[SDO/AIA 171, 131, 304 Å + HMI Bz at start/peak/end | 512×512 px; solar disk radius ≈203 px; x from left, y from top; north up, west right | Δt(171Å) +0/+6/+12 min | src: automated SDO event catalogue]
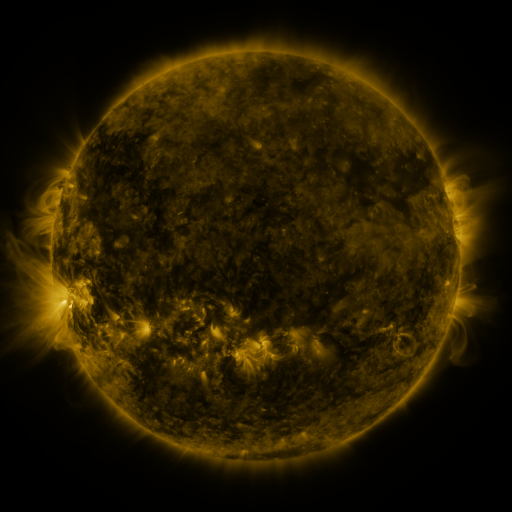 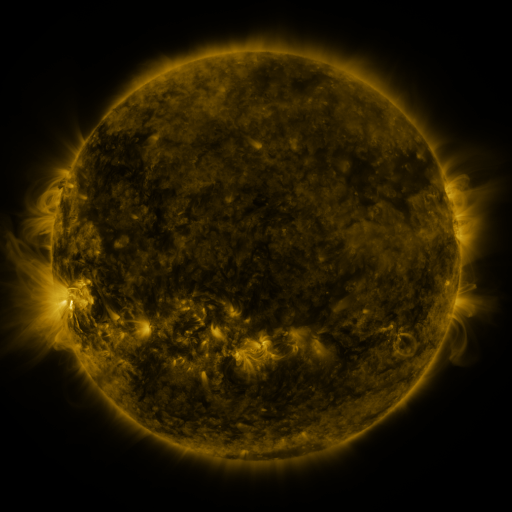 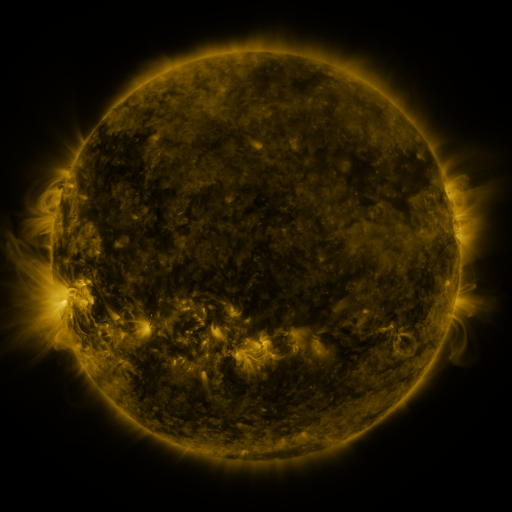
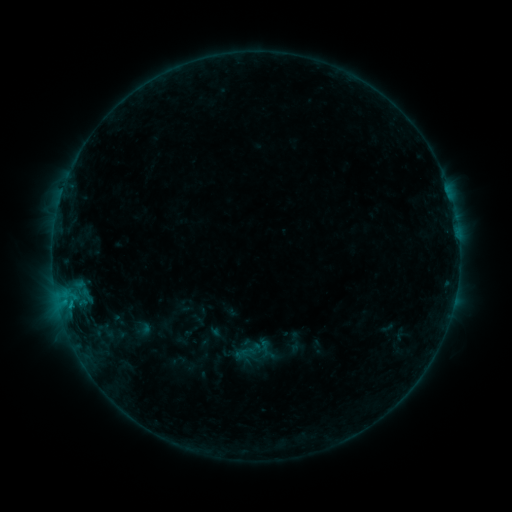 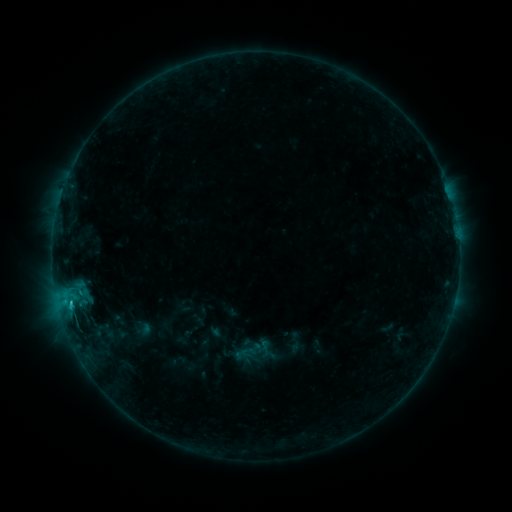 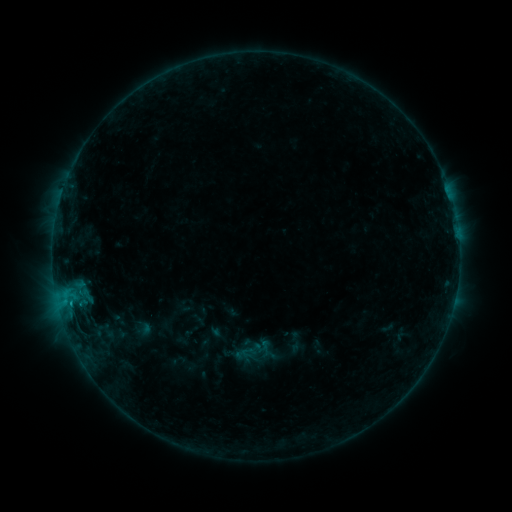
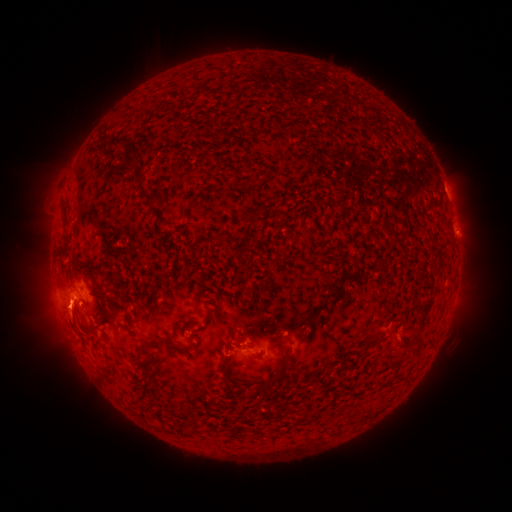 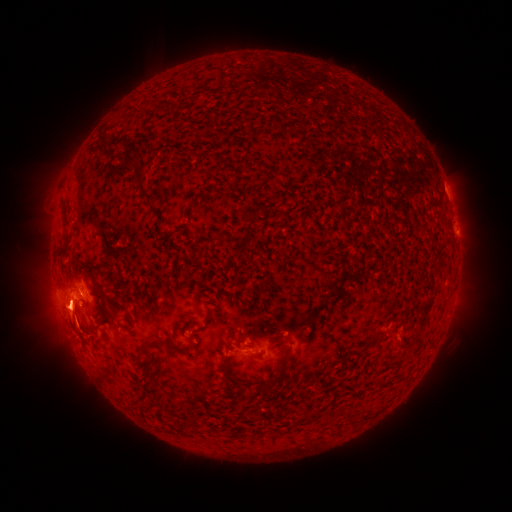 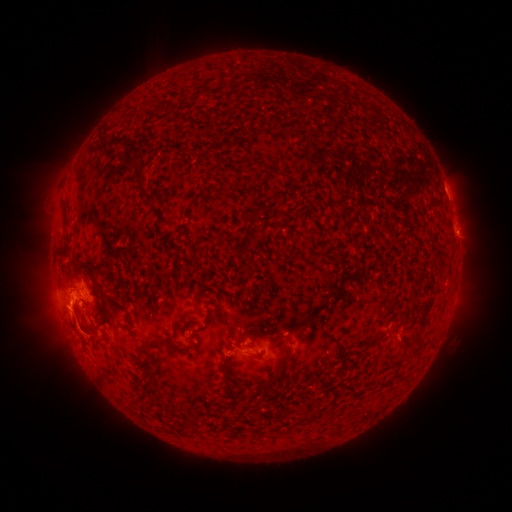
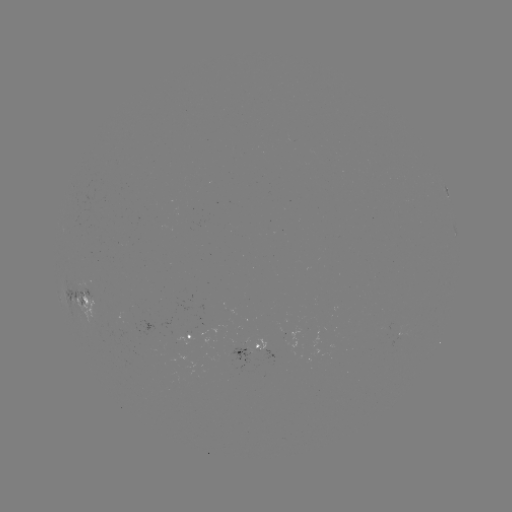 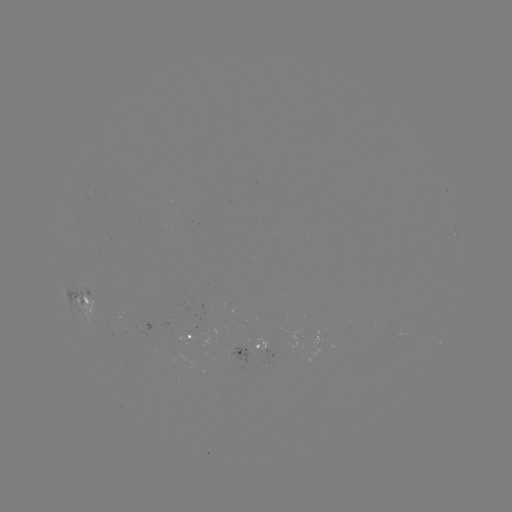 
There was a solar flare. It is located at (69, 301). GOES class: B8.0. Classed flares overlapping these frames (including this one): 1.